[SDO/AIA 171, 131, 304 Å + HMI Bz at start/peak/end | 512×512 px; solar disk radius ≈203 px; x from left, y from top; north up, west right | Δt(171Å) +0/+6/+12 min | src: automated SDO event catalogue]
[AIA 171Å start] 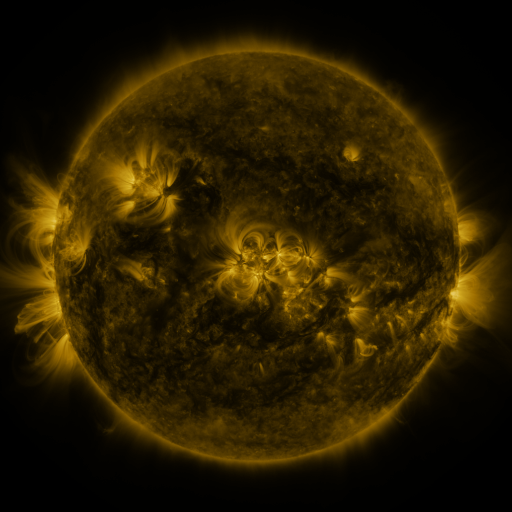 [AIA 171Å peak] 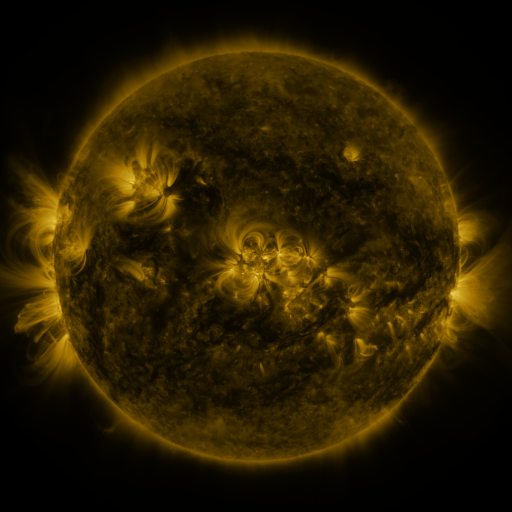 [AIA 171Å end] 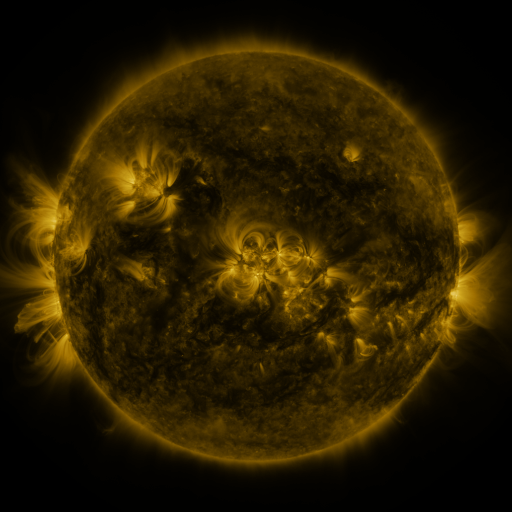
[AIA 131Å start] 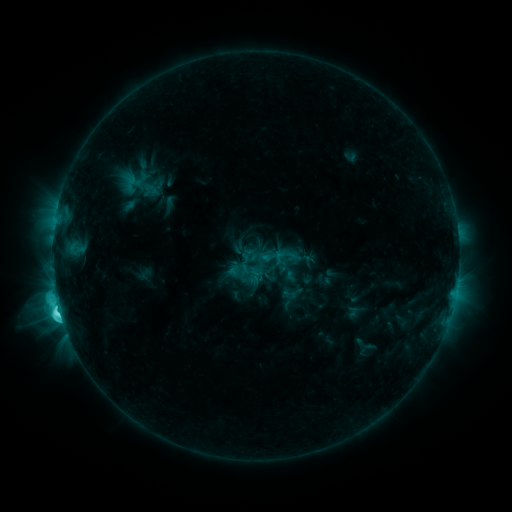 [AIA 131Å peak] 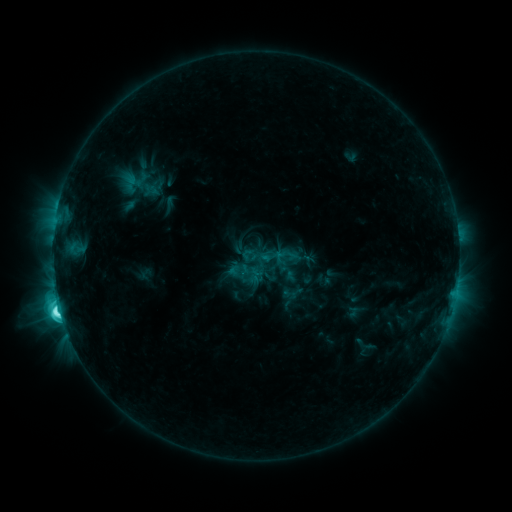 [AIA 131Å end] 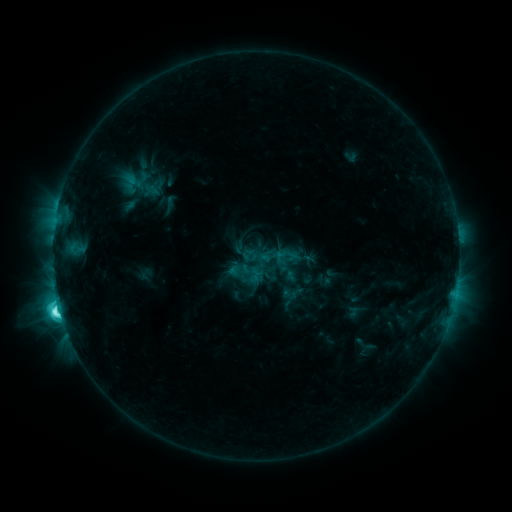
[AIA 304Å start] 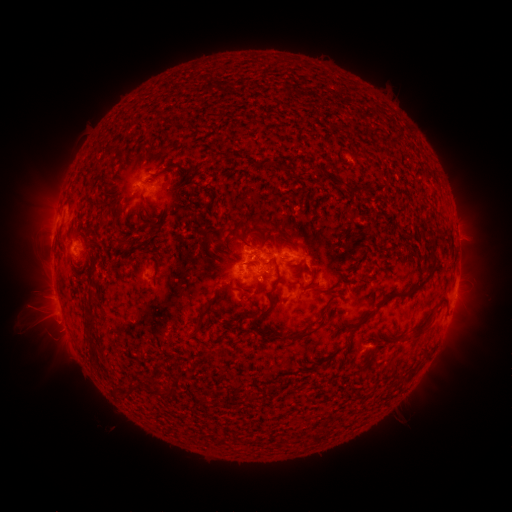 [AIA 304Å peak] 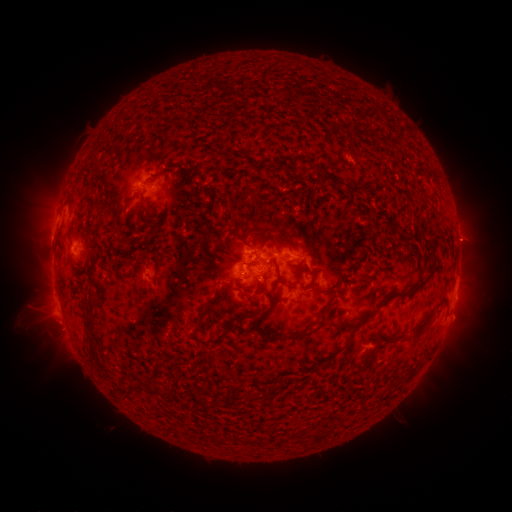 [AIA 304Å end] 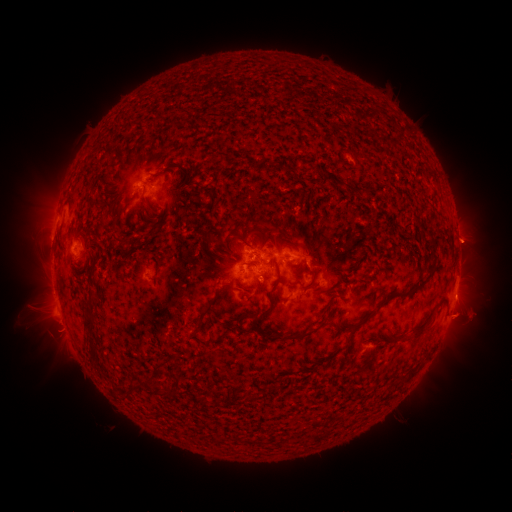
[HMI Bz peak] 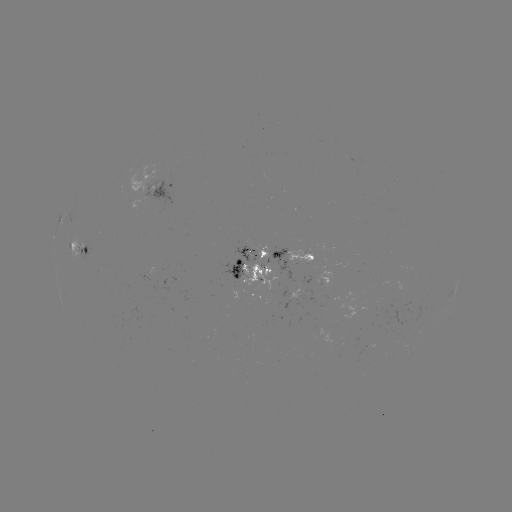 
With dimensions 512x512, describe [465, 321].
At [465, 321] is eruption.